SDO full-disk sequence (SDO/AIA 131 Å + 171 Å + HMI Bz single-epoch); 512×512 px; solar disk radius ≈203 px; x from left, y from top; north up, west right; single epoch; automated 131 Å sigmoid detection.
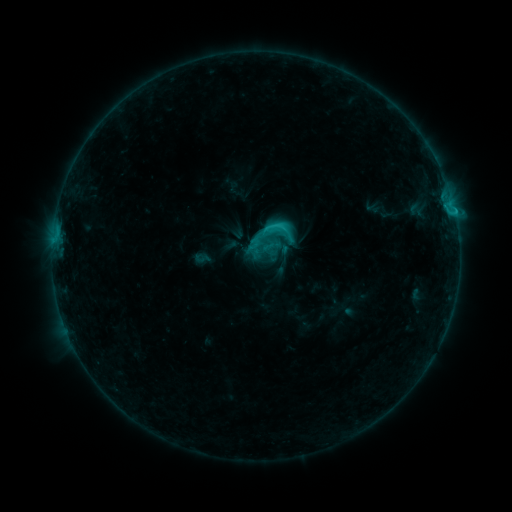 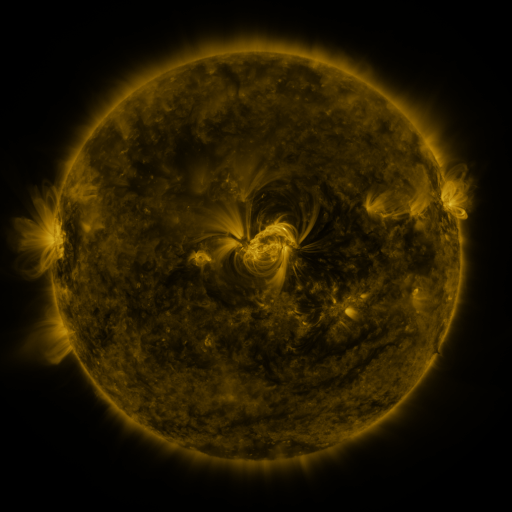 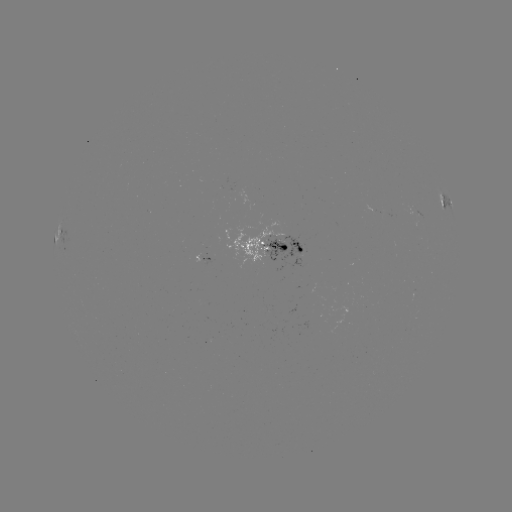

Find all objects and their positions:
sigmoid: (249, 211, 295, 255)
